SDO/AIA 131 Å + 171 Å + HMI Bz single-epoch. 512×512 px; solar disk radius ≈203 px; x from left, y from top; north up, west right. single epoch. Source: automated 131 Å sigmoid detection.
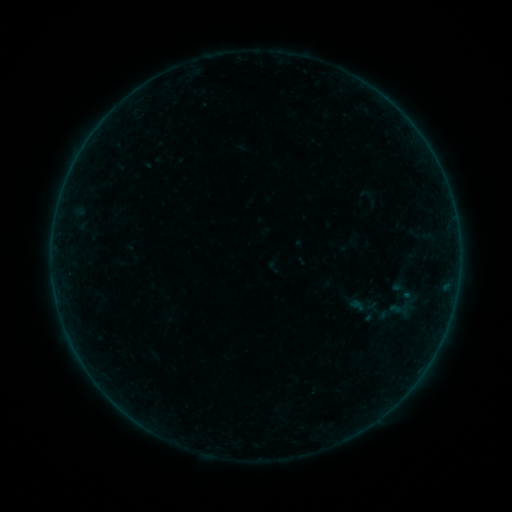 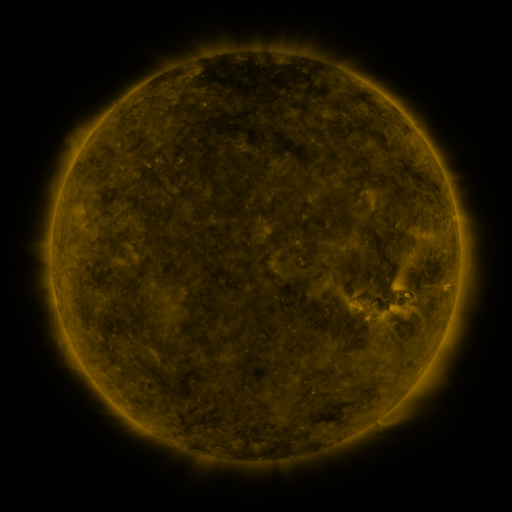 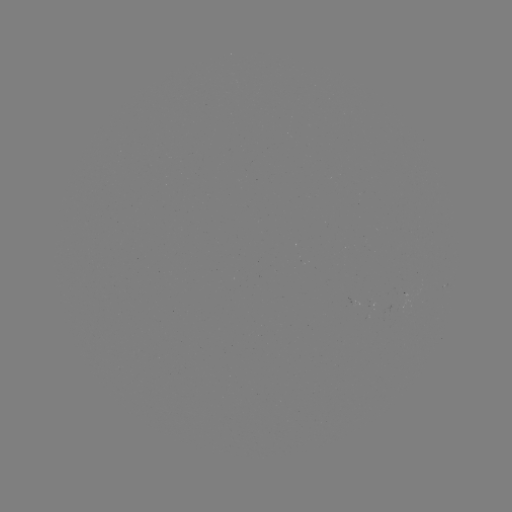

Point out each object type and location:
sigmoid: (402, 310)
